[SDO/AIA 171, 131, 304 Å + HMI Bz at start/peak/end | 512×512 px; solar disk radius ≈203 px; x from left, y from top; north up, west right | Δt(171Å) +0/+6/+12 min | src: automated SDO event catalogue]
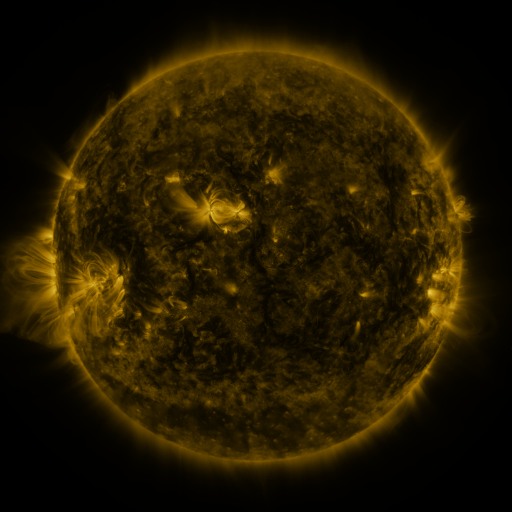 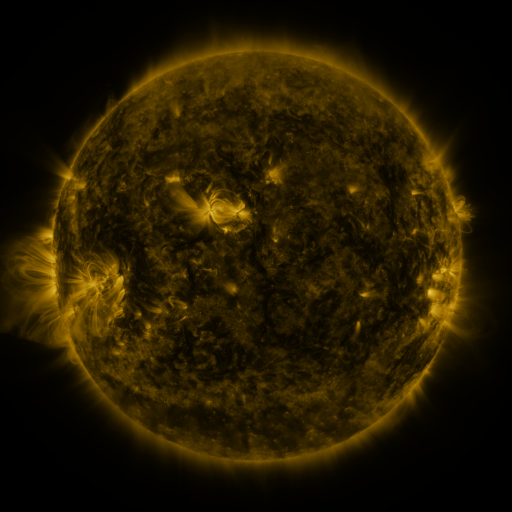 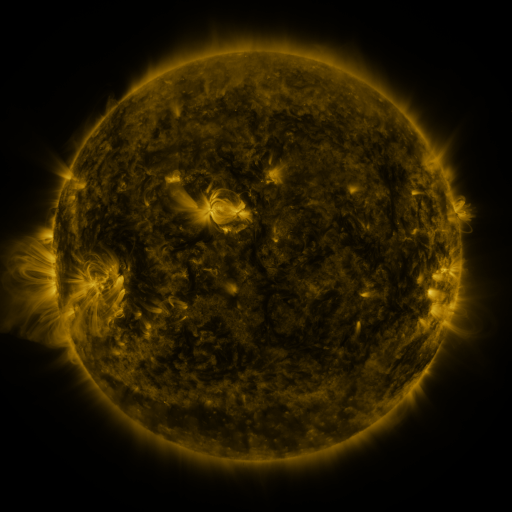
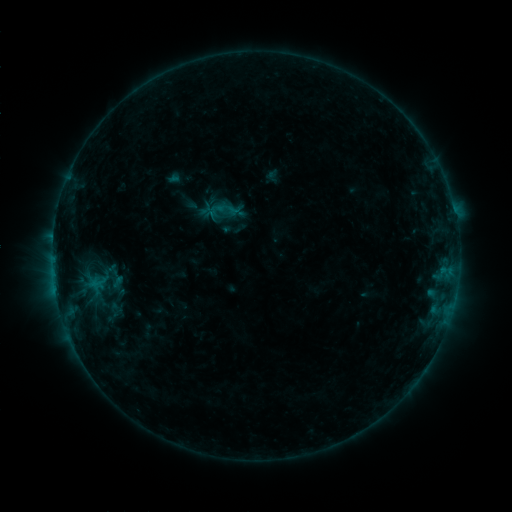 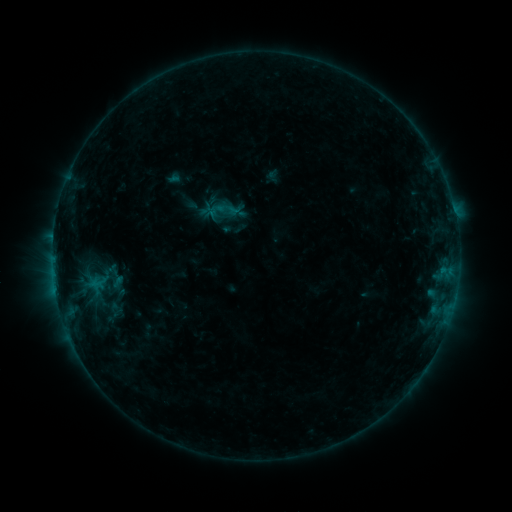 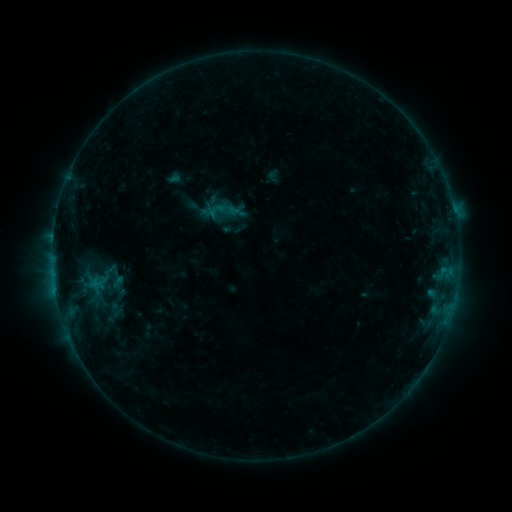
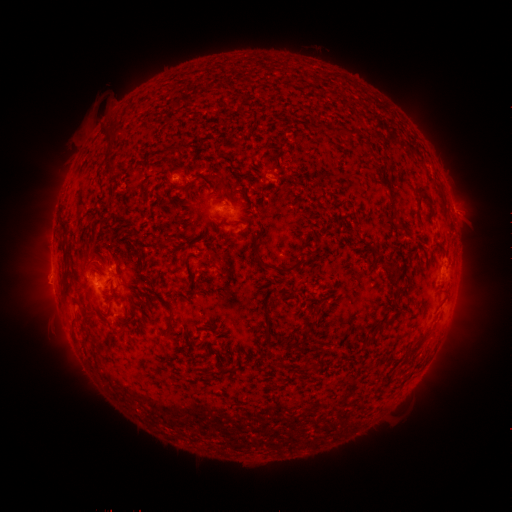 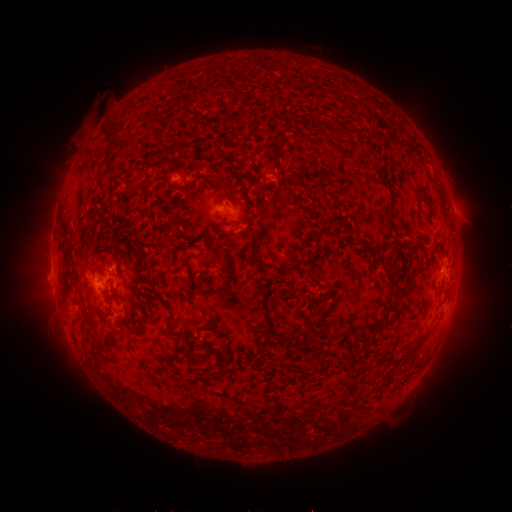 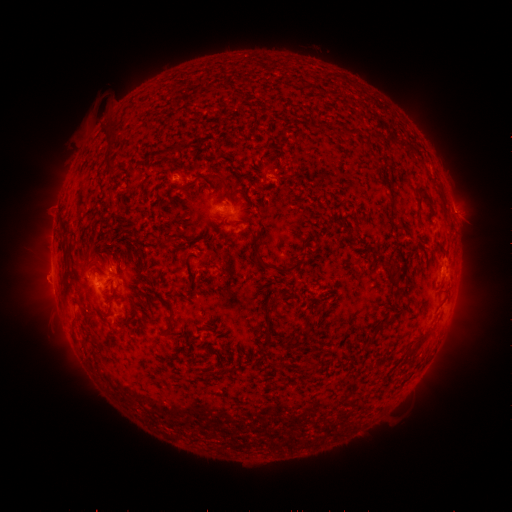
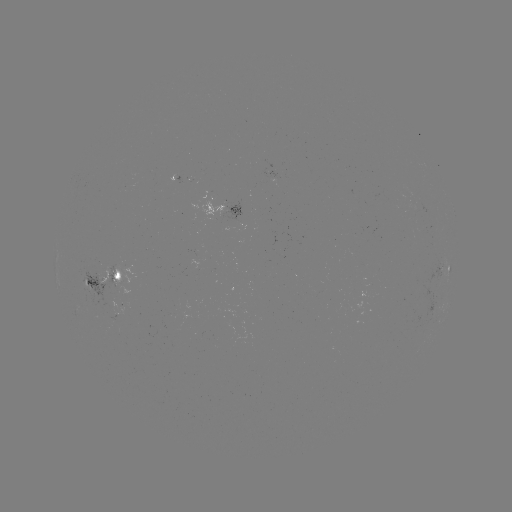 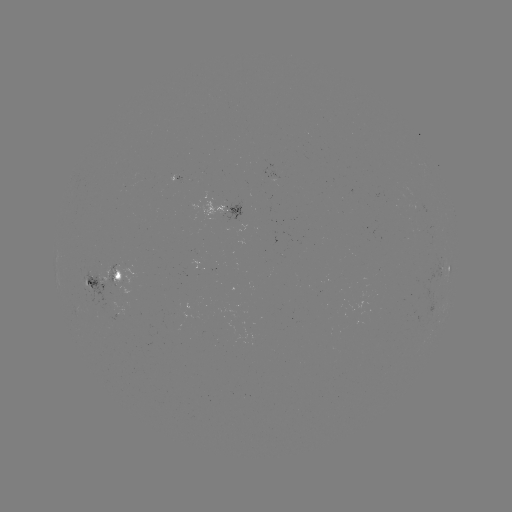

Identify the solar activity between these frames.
no catalogued flare and no flagged EUV brightening in this window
